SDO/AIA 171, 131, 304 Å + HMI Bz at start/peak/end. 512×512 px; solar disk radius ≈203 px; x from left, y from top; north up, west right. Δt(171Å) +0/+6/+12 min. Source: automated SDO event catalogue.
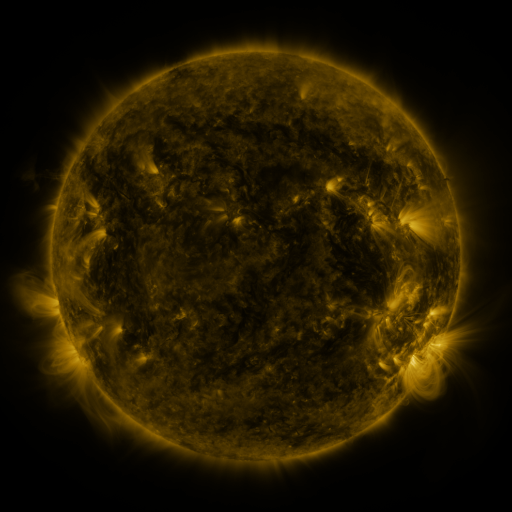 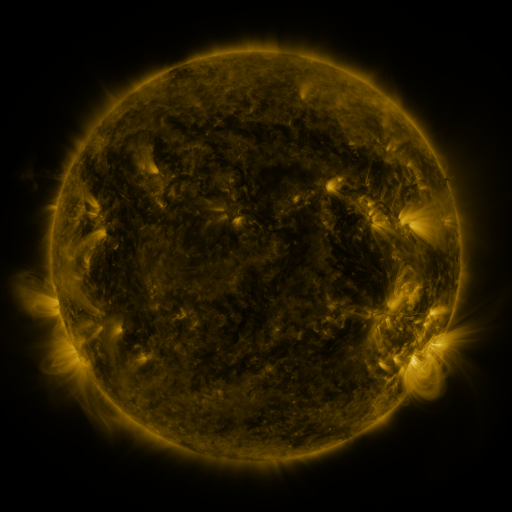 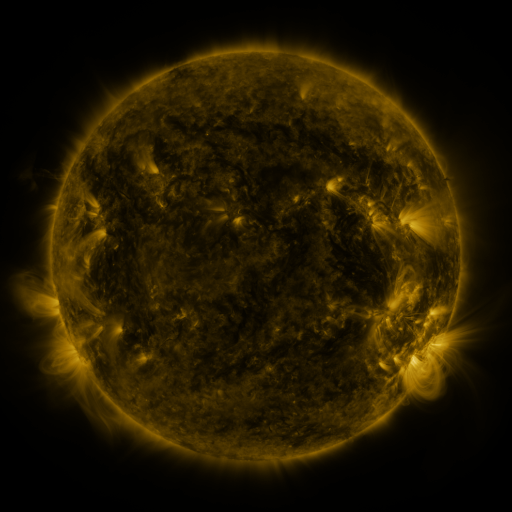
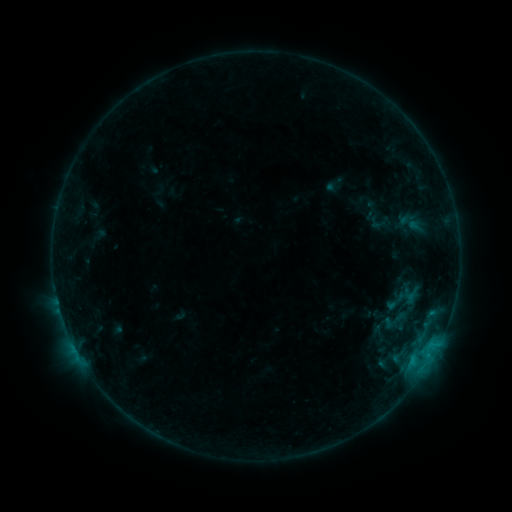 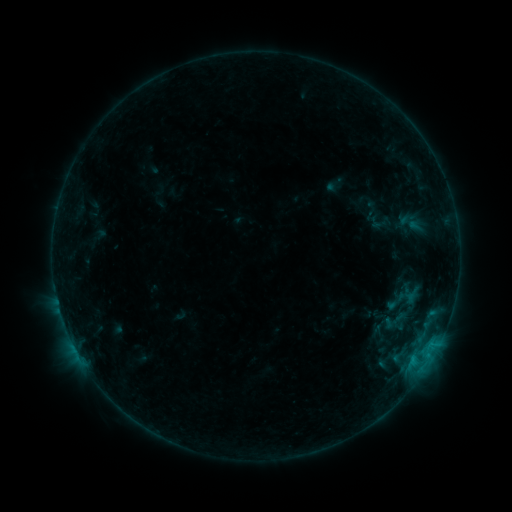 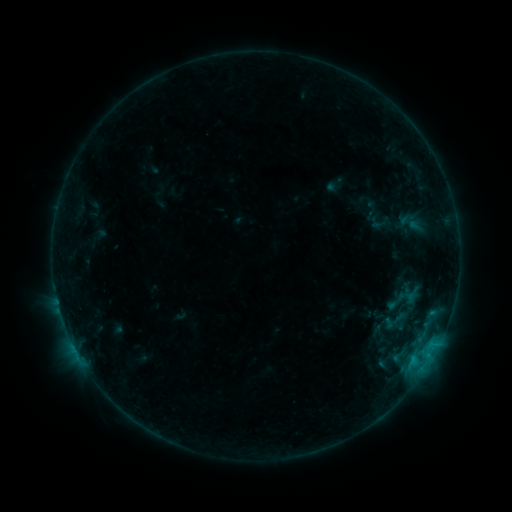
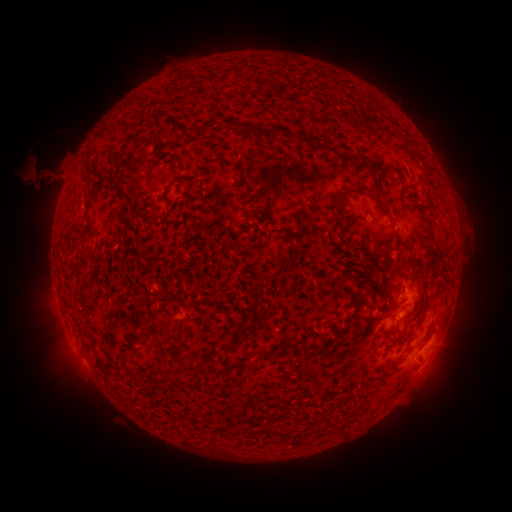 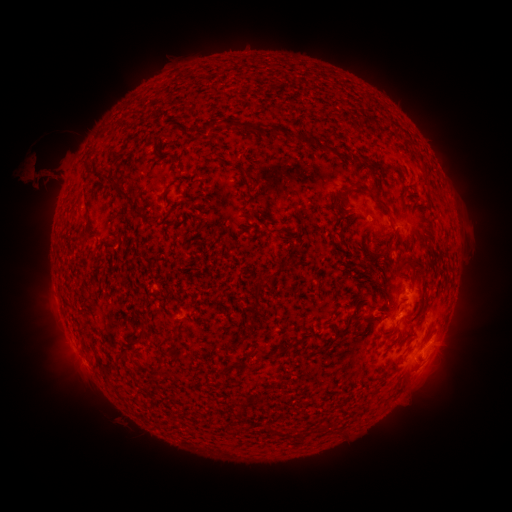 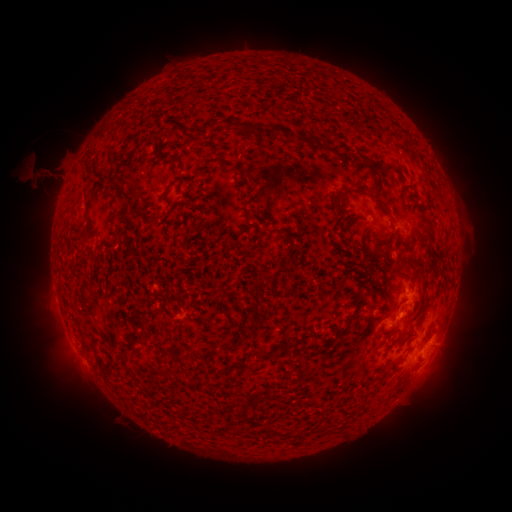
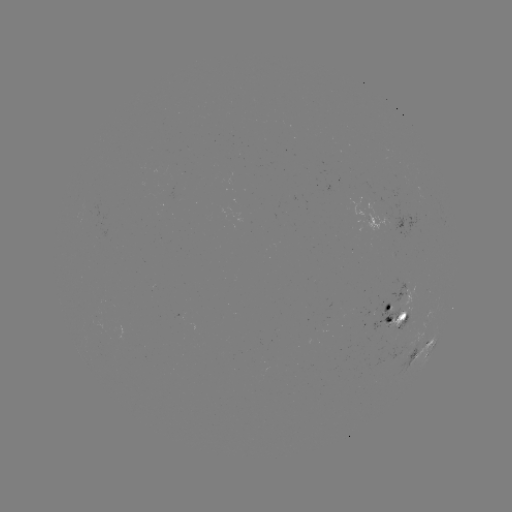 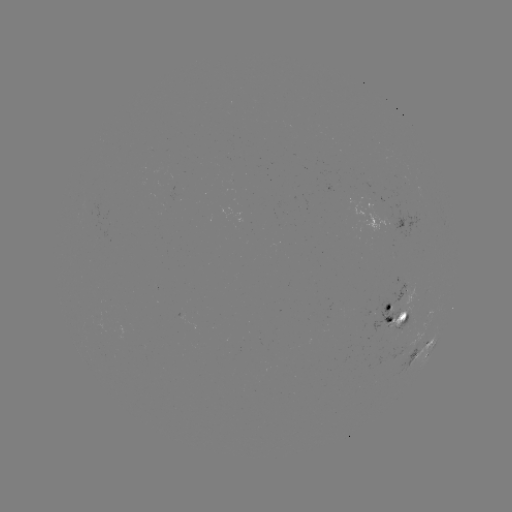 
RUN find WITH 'eruption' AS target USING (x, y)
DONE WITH (40, 177) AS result